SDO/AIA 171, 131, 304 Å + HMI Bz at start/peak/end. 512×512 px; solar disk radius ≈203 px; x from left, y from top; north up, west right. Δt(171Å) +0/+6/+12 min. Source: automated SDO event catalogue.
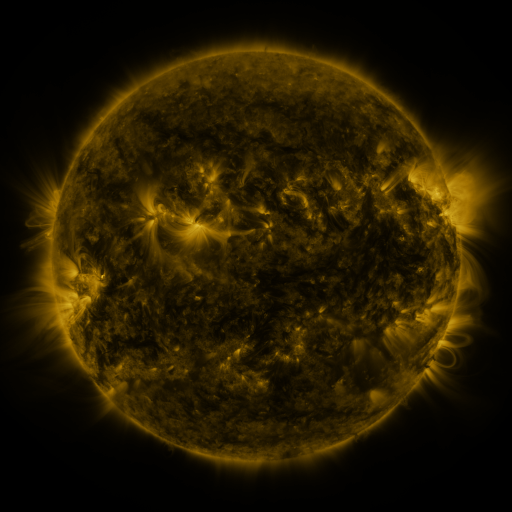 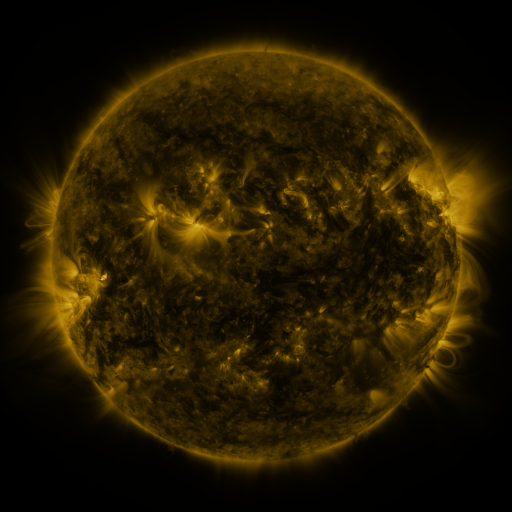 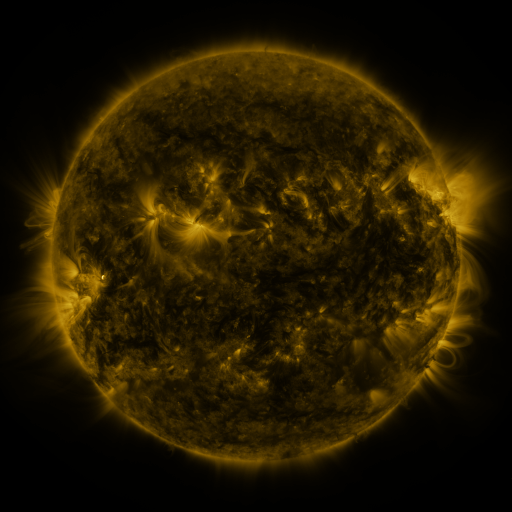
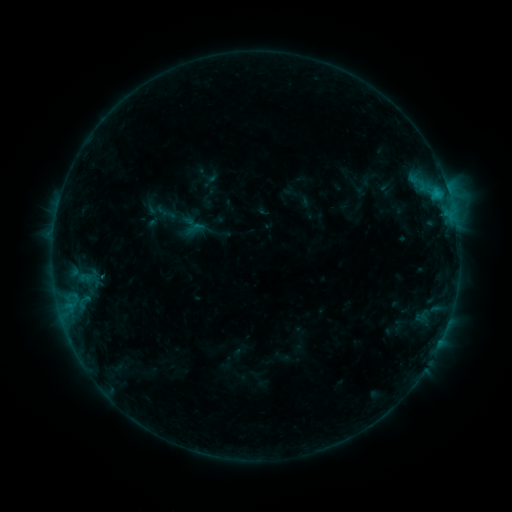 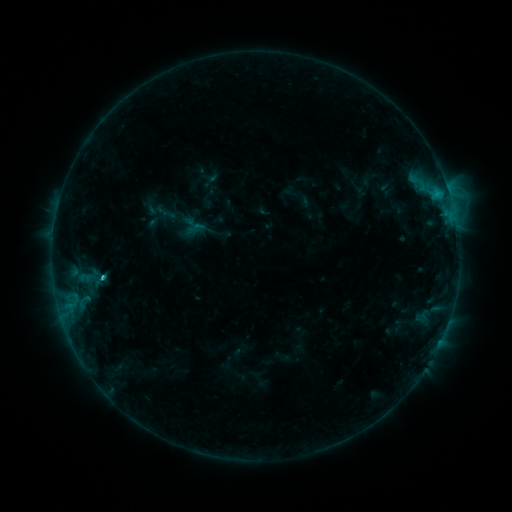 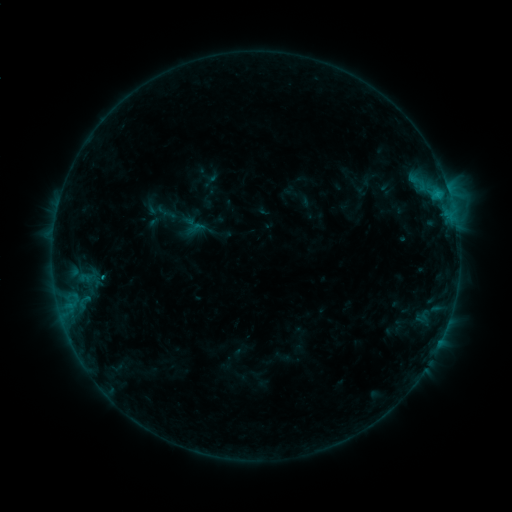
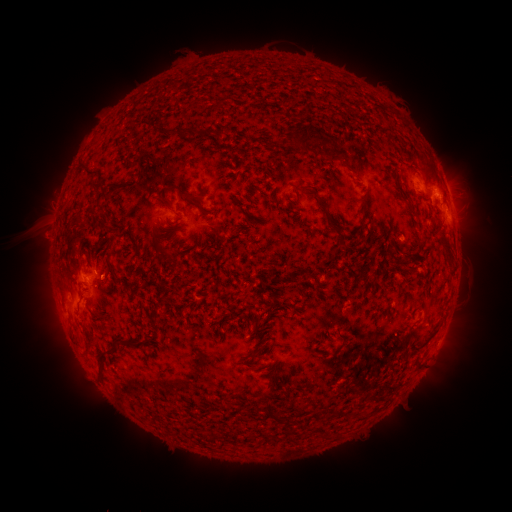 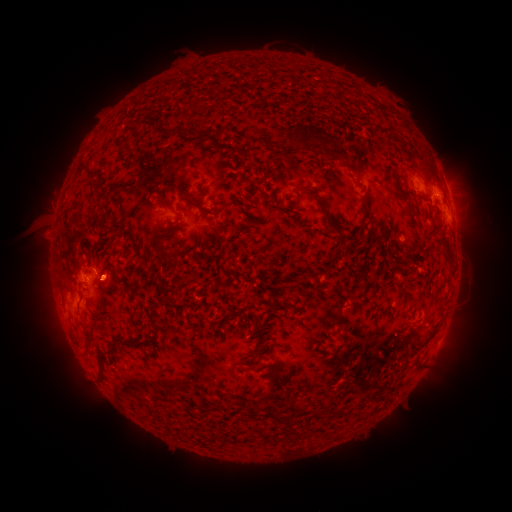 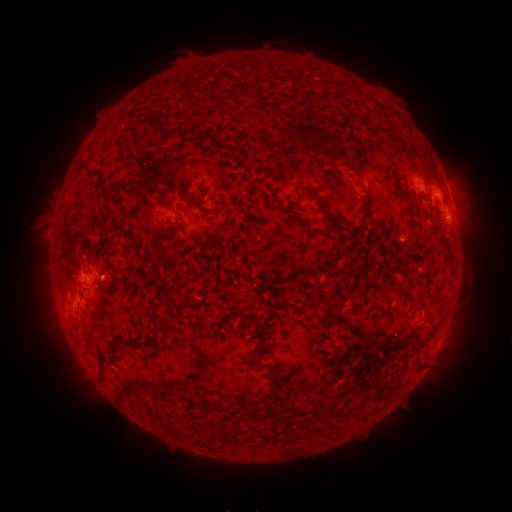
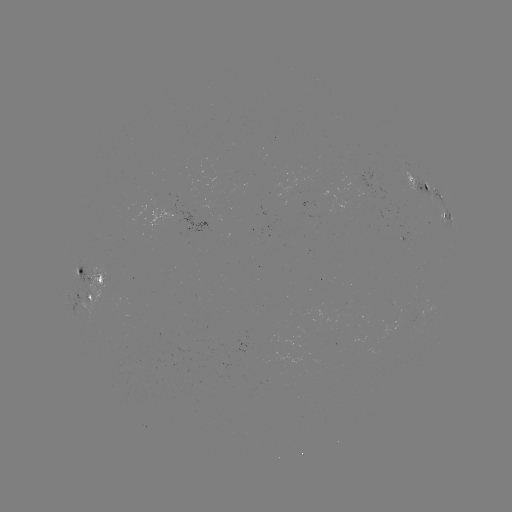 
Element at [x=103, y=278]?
C1.0 flare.